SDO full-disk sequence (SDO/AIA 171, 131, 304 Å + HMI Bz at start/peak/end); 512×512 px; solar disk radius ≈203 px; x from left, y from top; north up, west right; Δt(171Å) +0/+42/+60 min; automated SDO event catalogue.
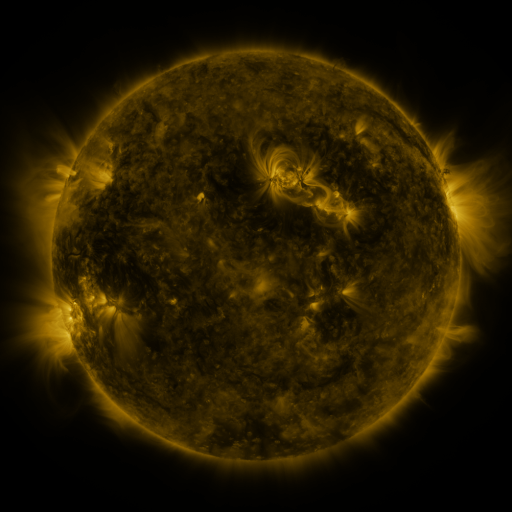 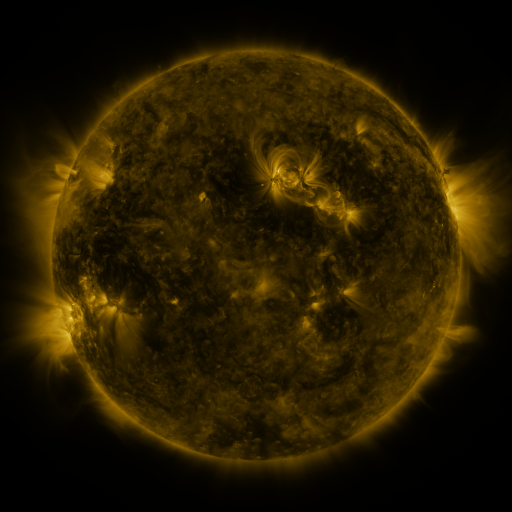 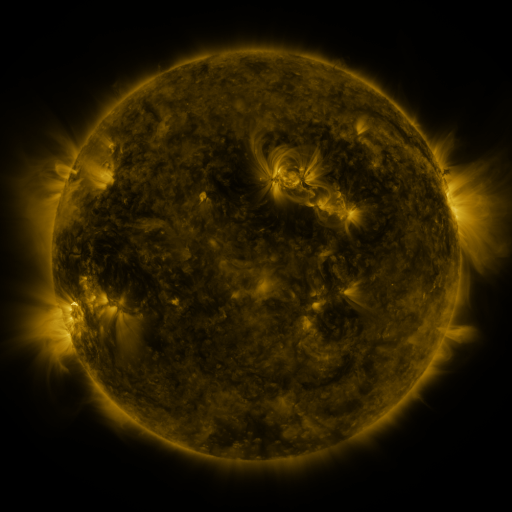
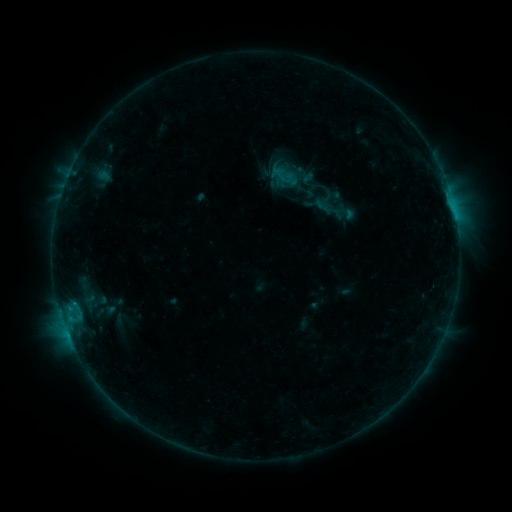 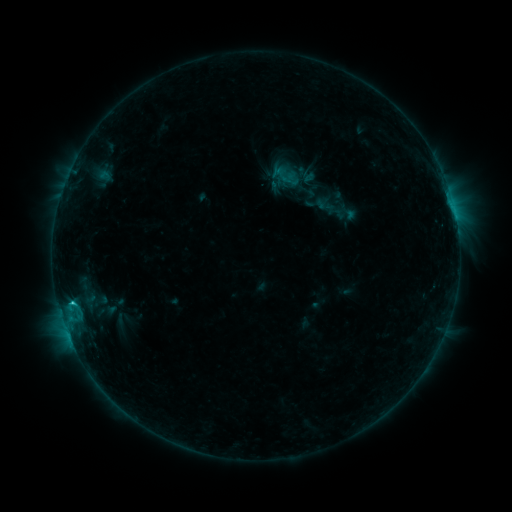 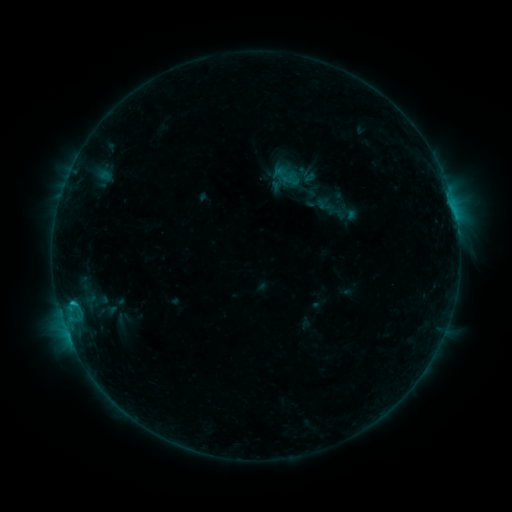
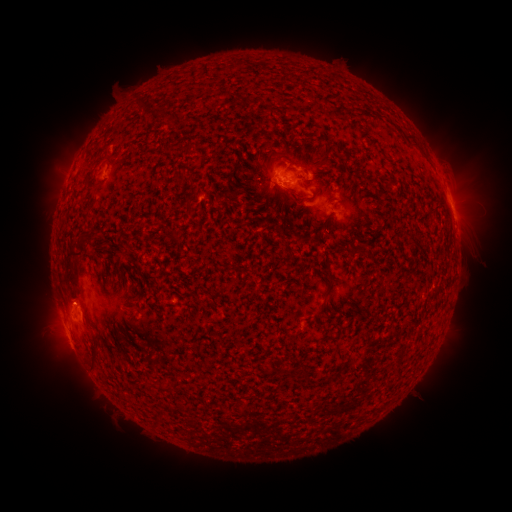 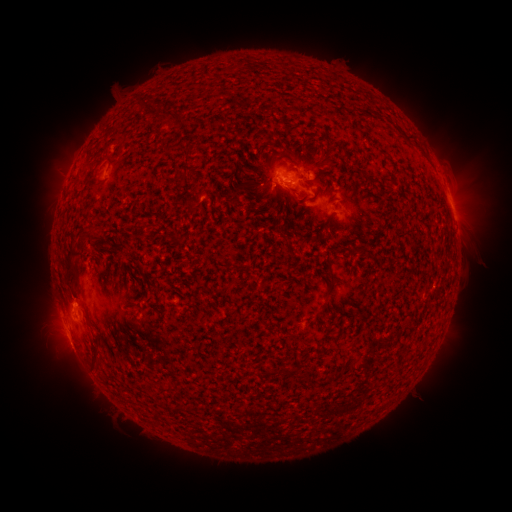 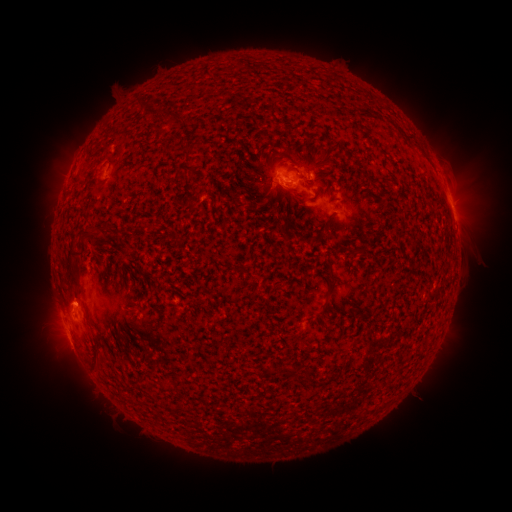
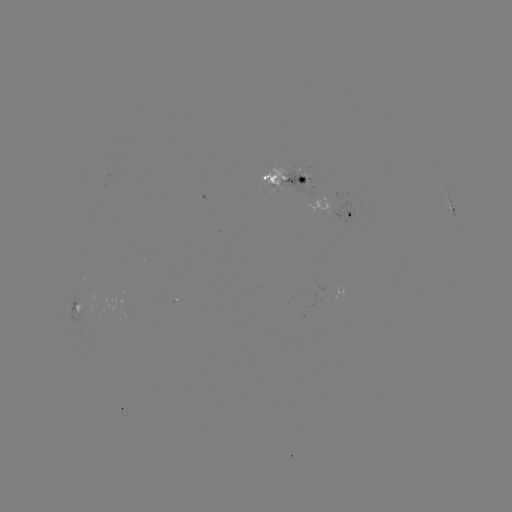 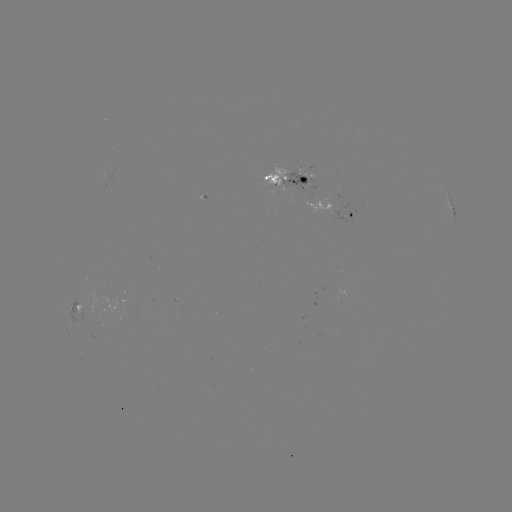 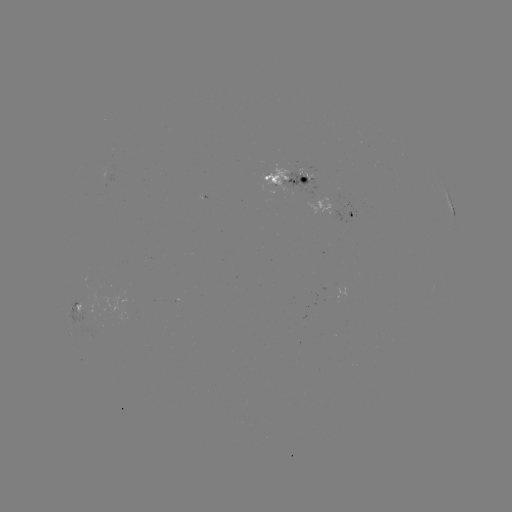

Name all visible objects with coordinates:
C1.0 flare: (72, 302)
